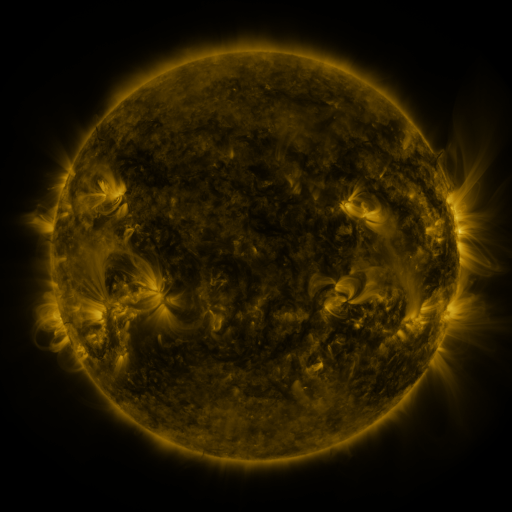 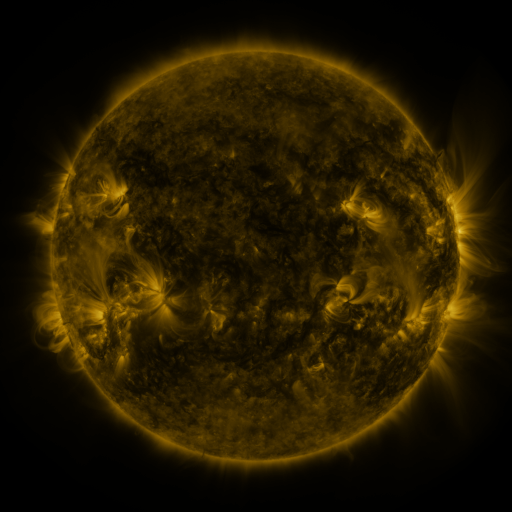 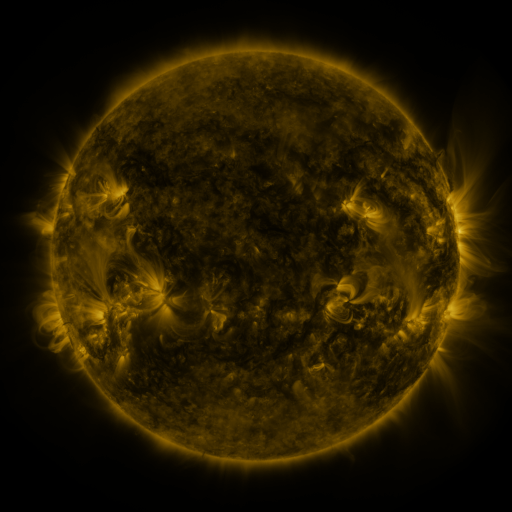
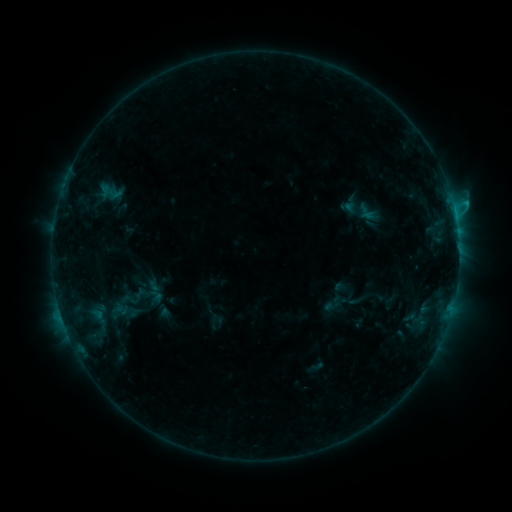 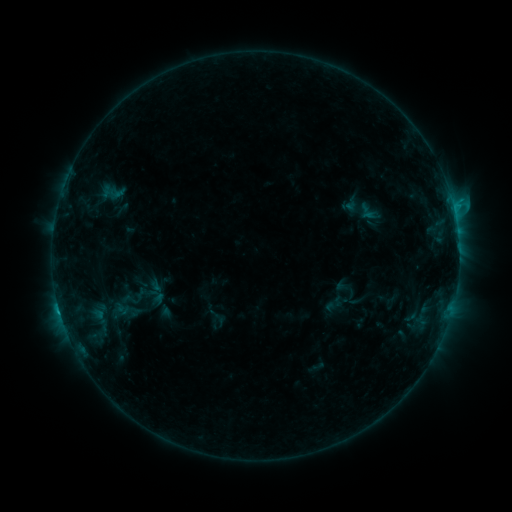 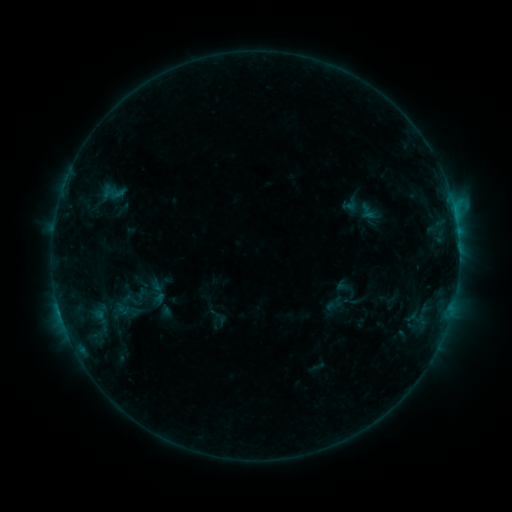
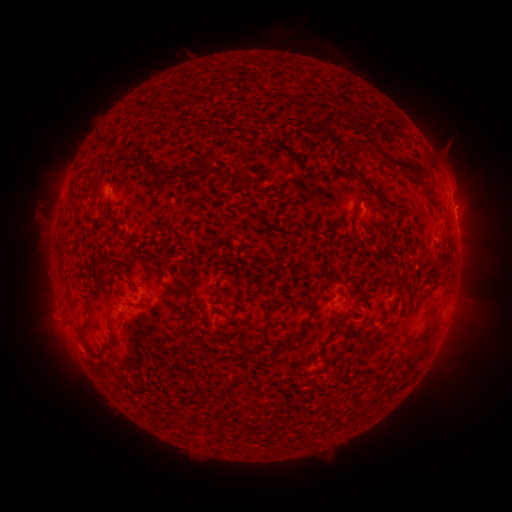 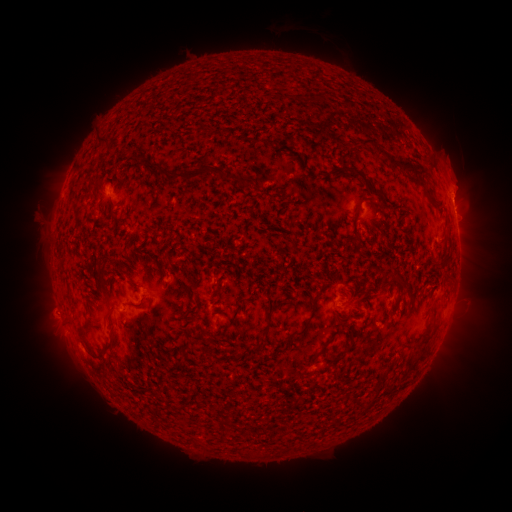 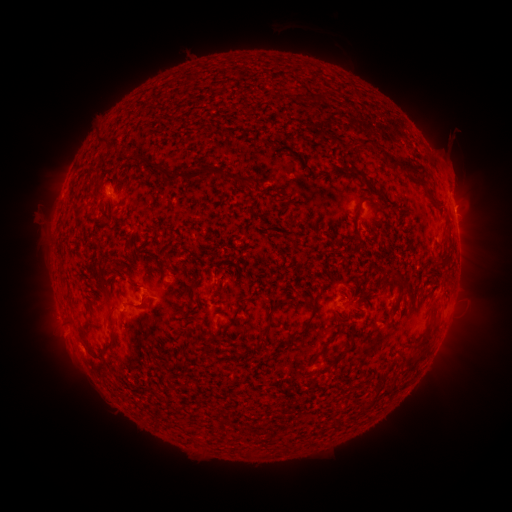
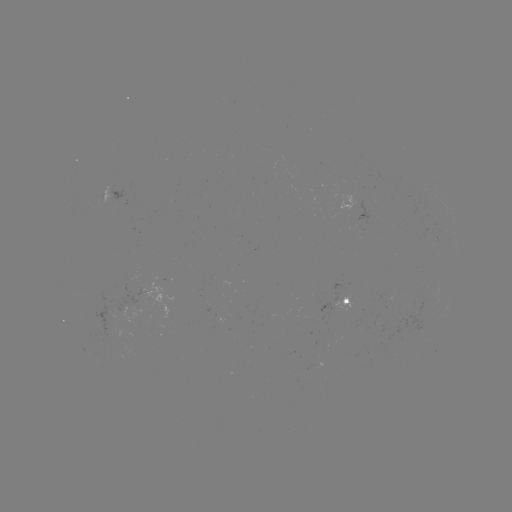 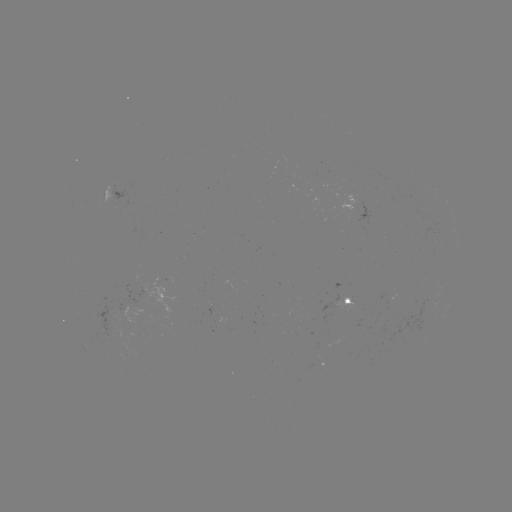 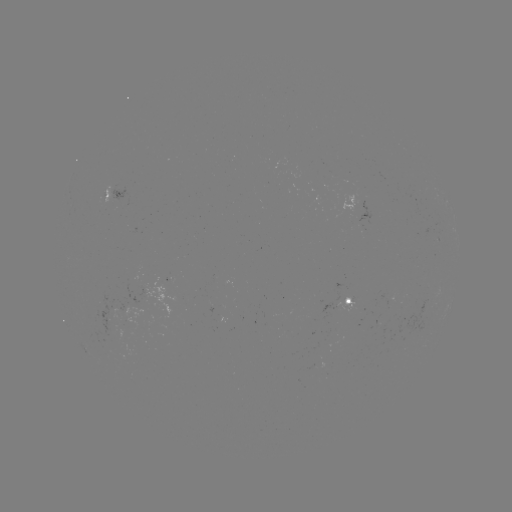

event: flare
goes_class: C1.7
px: (59, 308)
